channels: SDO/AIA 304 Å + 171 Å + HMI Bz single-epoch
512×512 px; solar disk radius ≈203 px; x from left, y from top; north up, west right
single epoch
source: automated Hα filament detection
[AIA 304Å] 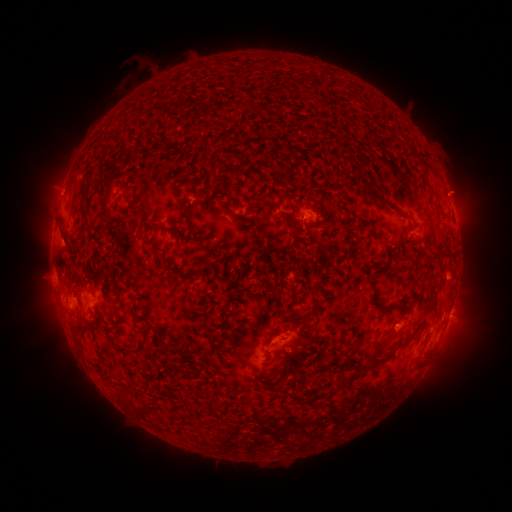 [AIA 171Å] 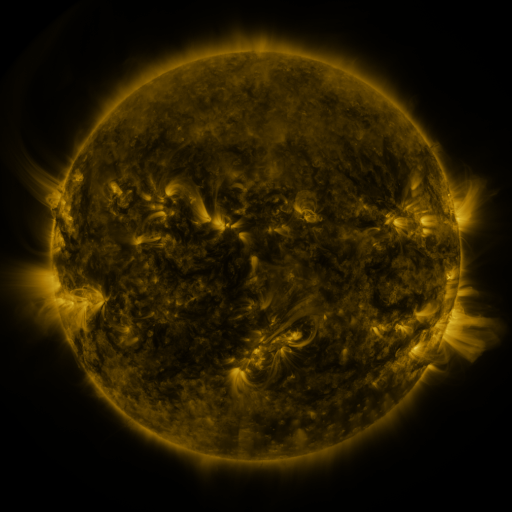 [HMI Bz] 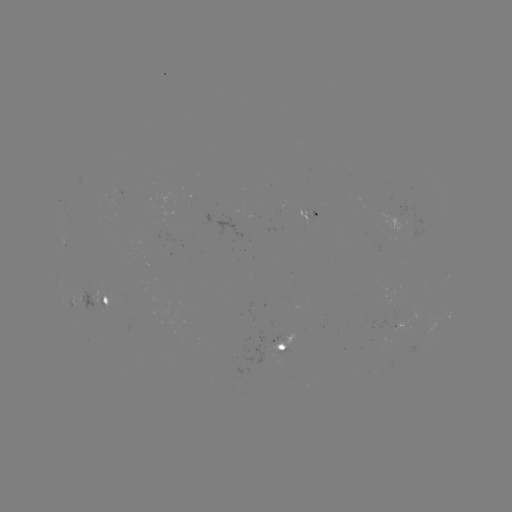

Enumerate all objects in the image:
filament: (84, 183)
filament: (391, 206)
filament: (83, 208)
filament: (159, 225)
filament: (65, 235)
filament: (441, 256)
filament: (208, 260)
filament: (377, 303)
filament: (76, 326)
filament: (378, 347)
filament: (320, 360)
filament: (279, 385)
